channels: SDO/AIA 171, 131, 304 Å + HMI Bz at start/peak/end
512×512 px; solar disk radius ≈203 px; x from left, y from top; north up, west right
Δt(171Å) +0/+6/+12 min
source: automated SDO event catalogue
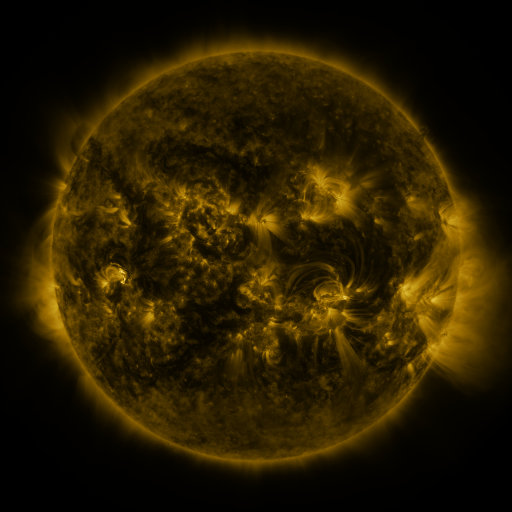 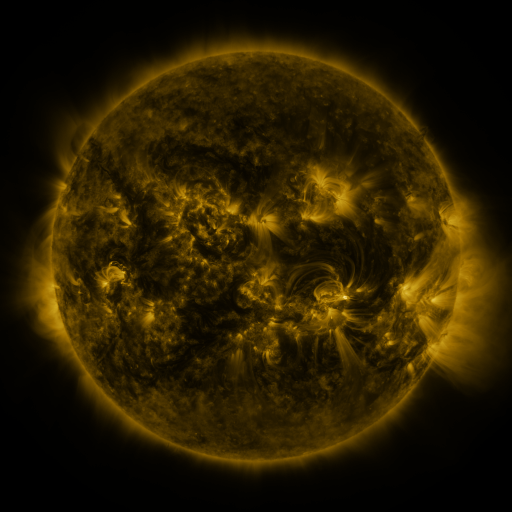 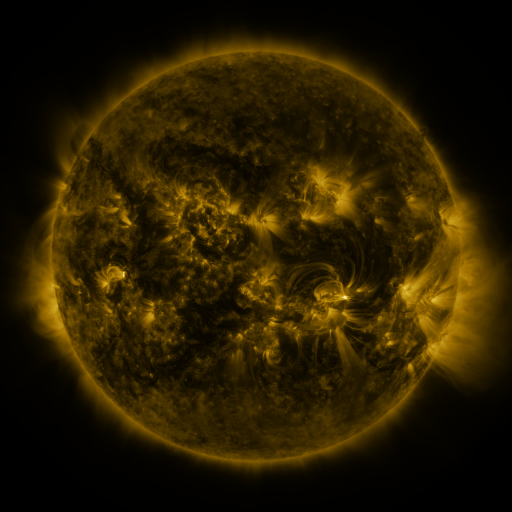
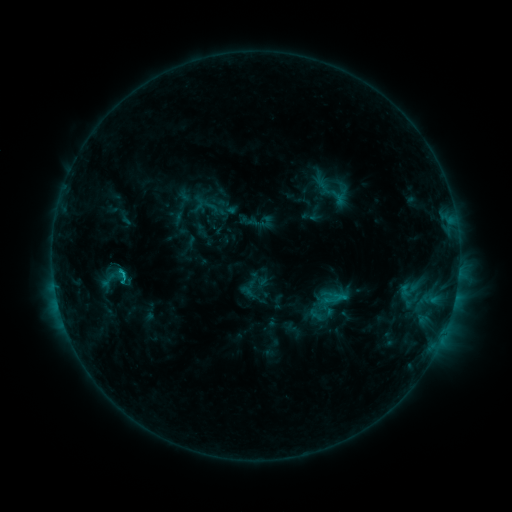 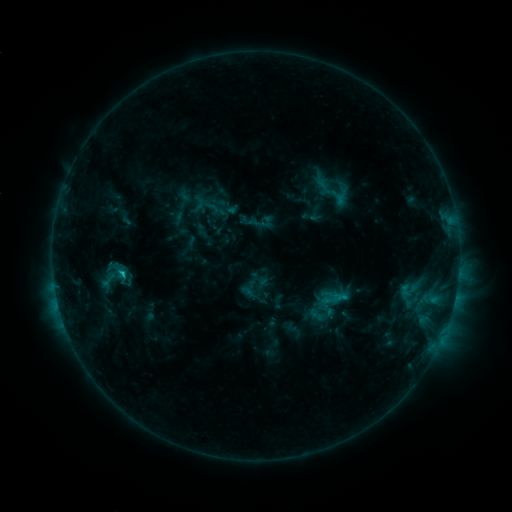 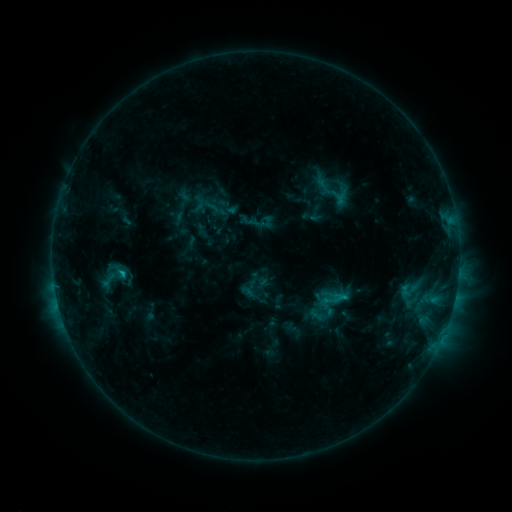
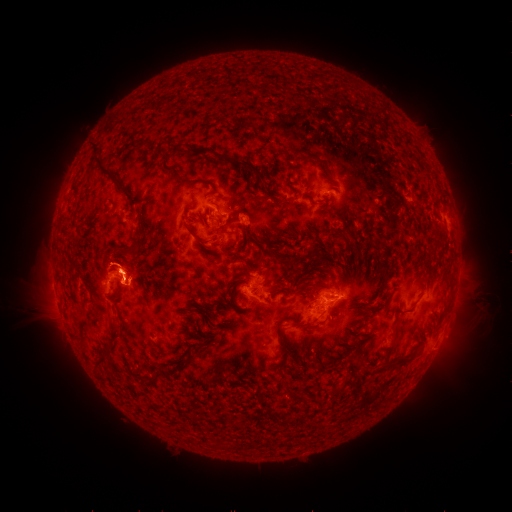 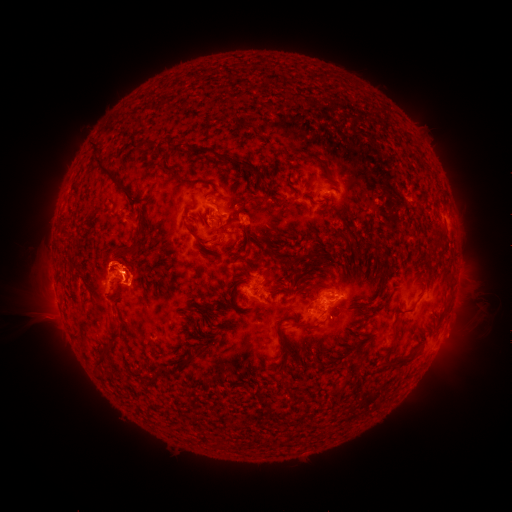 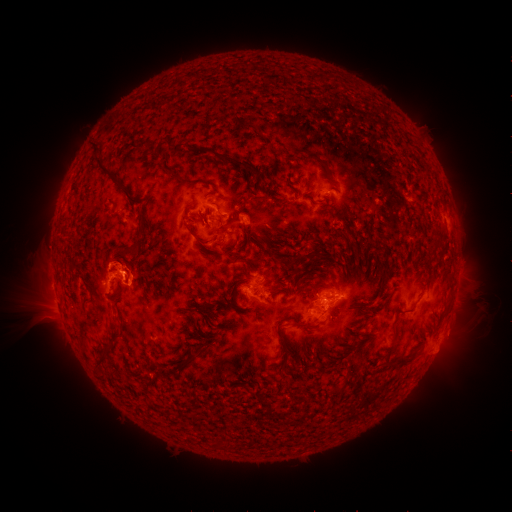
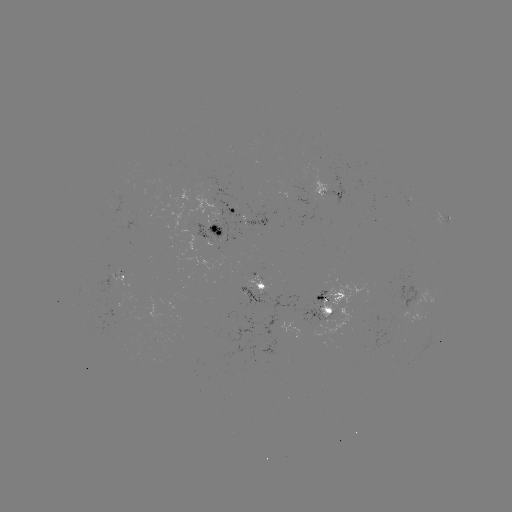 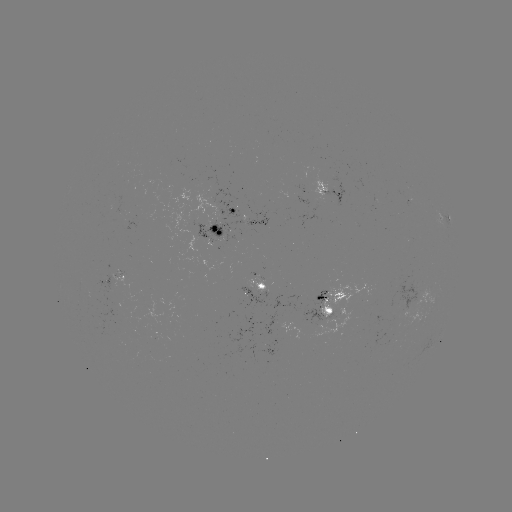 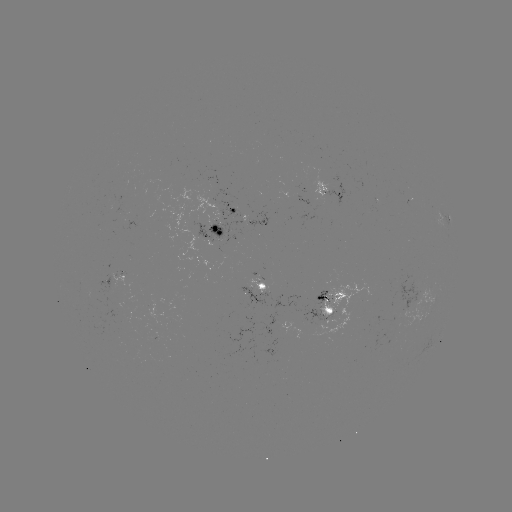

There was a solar flare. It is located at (122, 271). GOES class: C1.4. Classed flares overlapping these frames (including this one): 1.